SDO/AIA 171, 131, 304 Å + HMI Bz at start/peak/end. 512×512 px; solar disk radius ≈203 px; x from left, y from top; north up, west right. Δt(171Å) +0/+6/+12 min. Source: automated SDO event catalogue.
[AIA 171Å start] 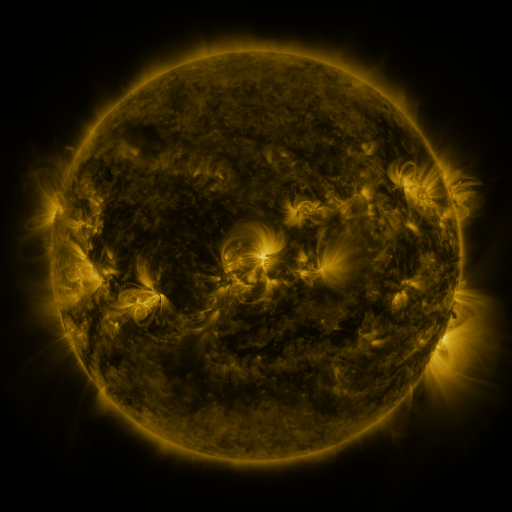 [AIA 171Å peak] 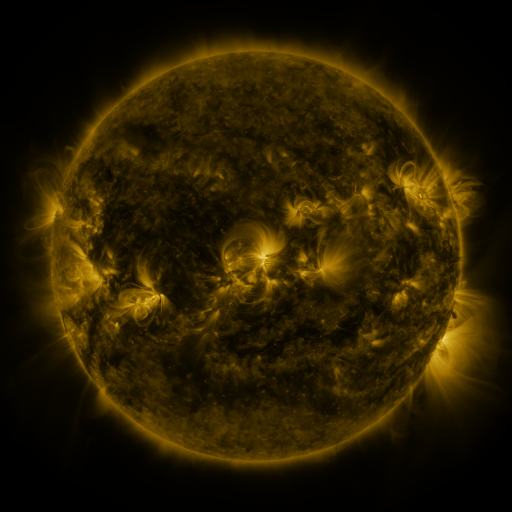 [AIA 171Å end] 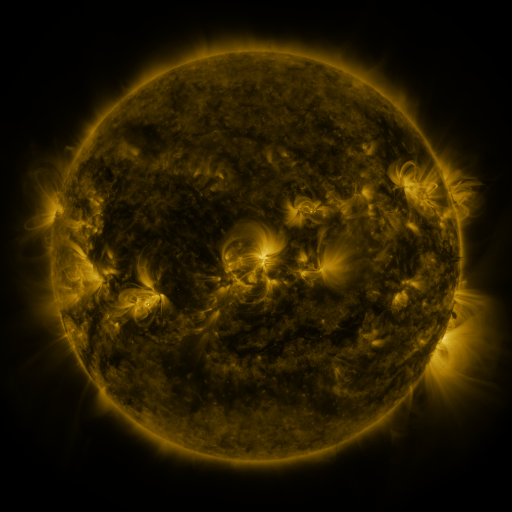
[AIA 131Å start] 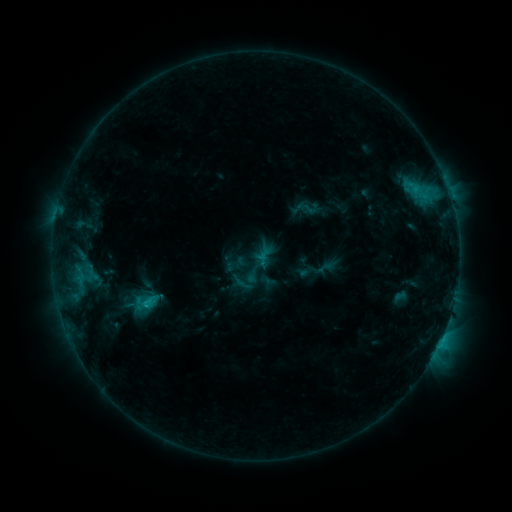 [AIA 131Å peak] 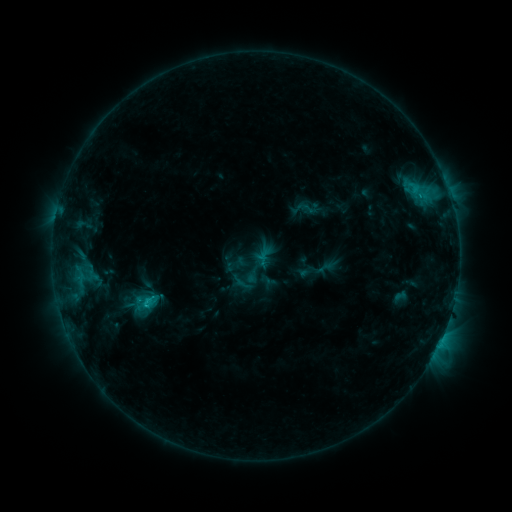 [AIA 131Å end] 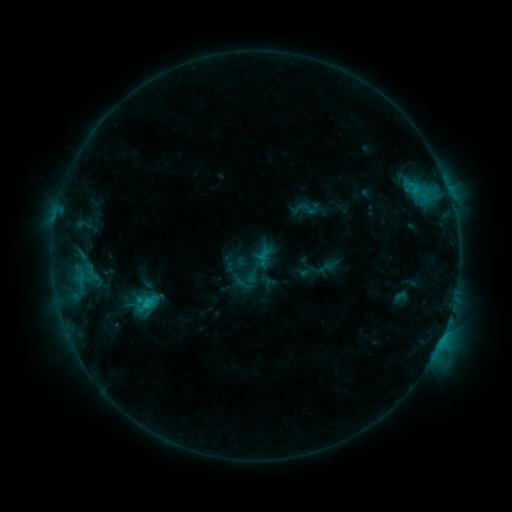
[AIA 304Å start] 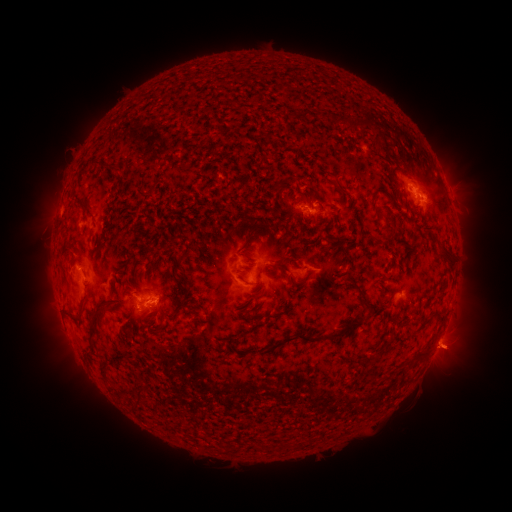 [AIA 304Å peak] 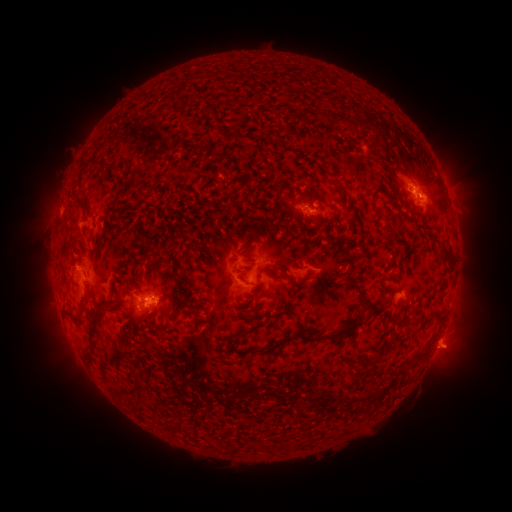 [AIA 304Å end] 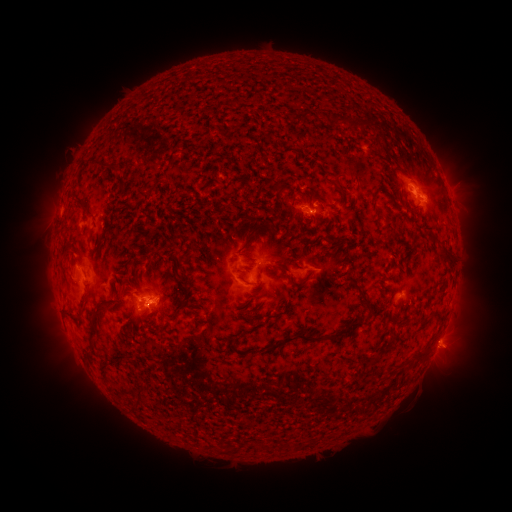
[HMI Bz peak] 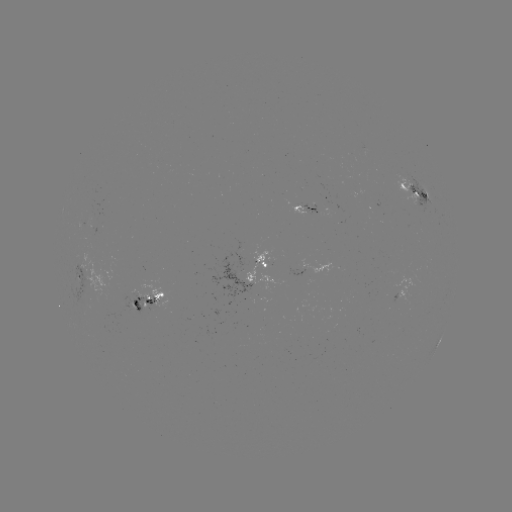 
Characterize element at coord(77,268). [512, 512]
C2.4 flare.